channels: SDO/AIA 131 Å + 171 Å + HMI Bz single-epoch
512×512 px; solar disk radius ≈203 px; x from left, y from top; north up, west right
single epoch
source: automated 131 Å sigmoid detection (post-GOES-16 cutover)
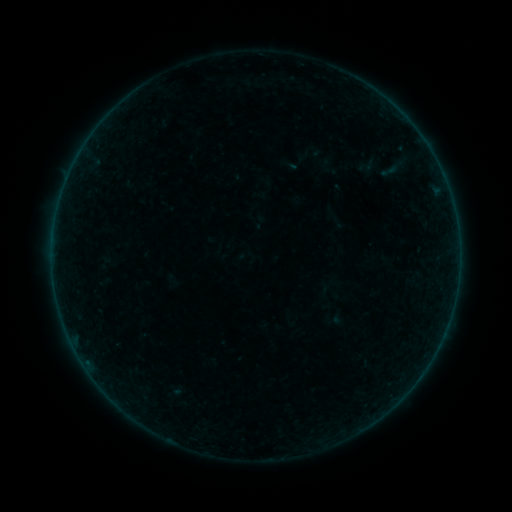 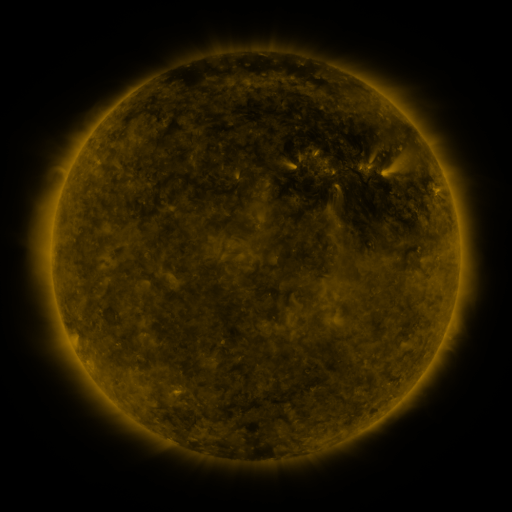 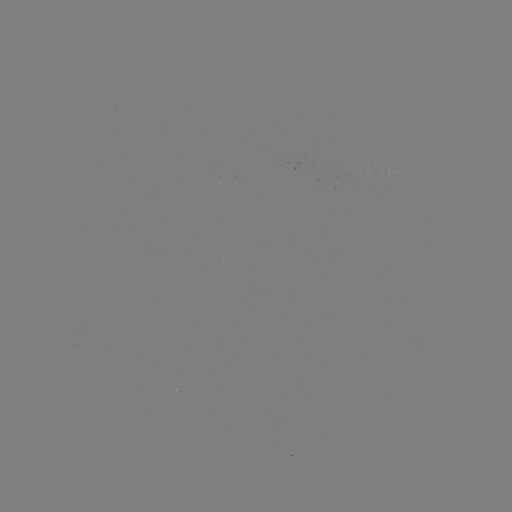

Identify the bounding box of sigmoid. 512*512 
[374, 162, 404, 180].